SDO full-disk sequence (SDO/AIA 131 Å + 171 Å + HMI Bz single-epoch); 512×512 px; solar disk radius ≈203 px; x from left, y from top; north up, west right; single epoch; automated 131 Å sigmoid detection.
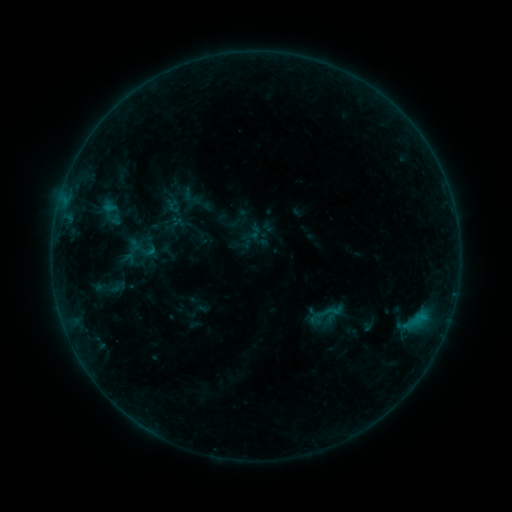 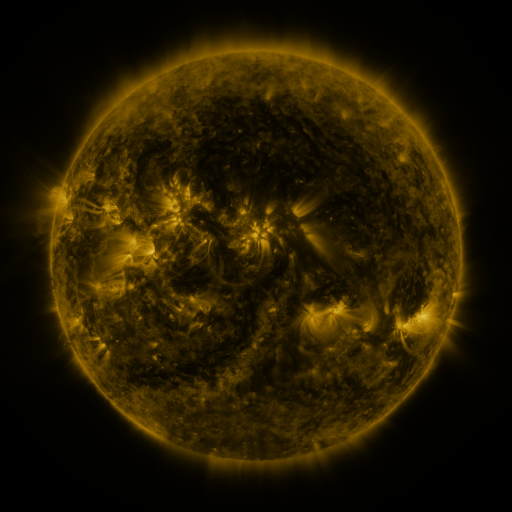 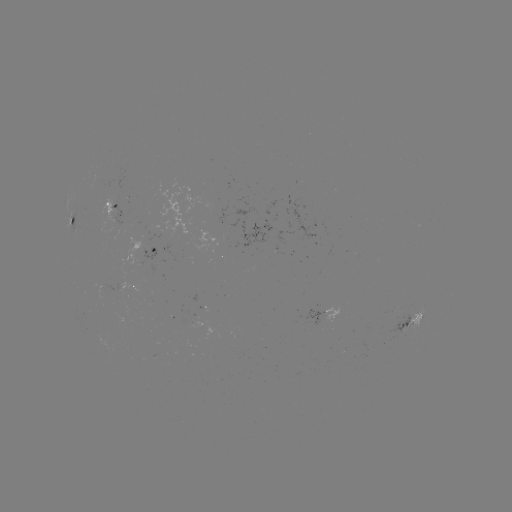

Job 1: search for sigmoid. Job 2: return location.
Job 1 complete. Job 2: (328, 312).